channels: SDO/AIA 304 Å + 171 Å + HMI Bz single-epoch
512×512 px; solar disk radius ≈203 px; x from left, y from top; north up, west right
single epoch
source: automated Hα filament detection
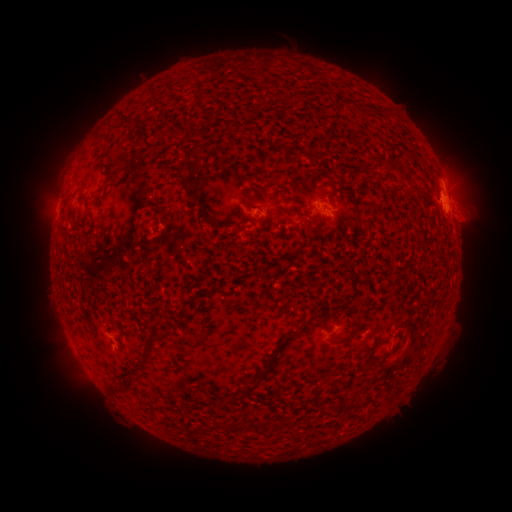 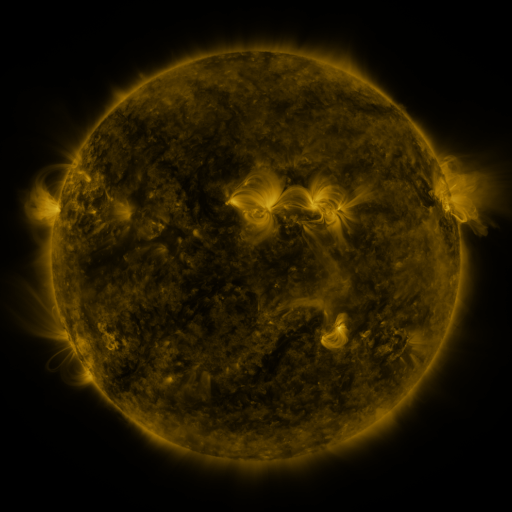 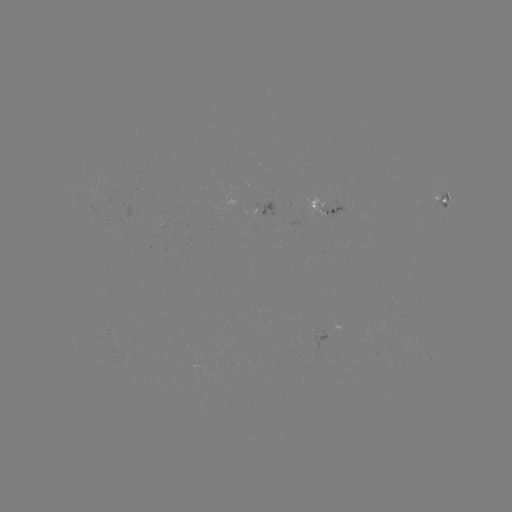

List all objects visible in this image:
filament: (116, 111, 130, 124)
filament: (180, 128, 192, 142)
filament: (186, 147, 197, 158)
filament: (180, 158, 201, 192)
filament: (104, 175, 111, 186)
filament: (244, 199, 256, 209)
filament: (77, 209, 89, 219)
filament: (309, 212, 321, 224)
filament: (201, 215, 213, 226)
filament: (282, 329, 303, 341)
filament: (150, 332, 163, 340)
filament: (360, 337, 372, 355)
filament: (143, 343, 156, 353)
filament: (245, 350, 276, 392)
filament: (138, 357, 149, 367)
filament: (241, 418, 251, 430)
